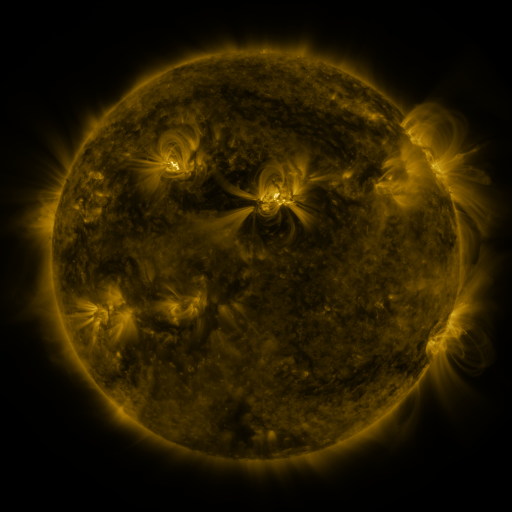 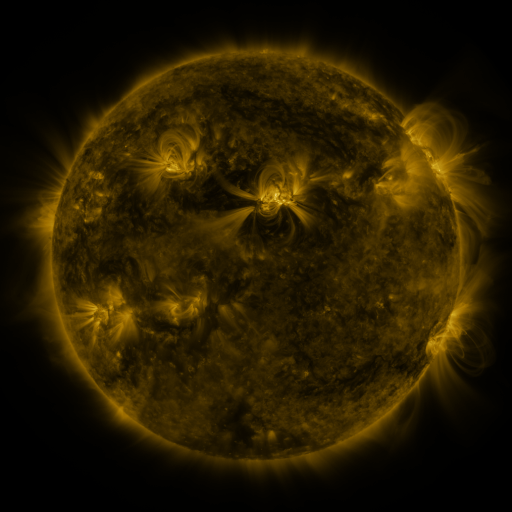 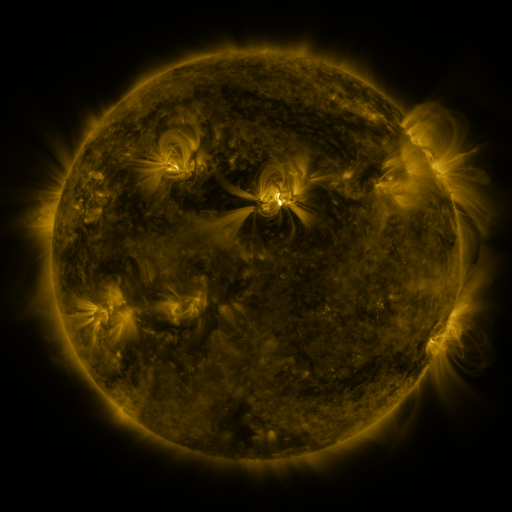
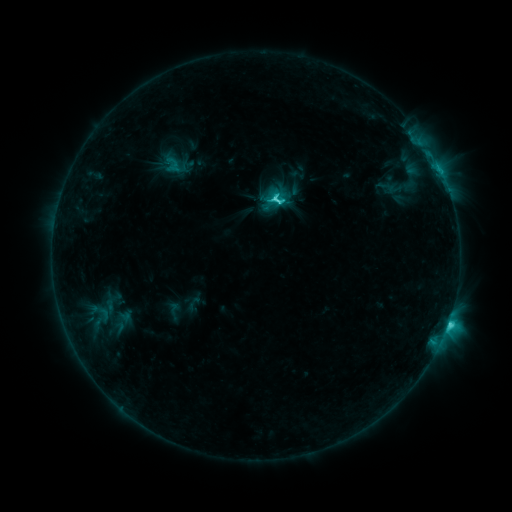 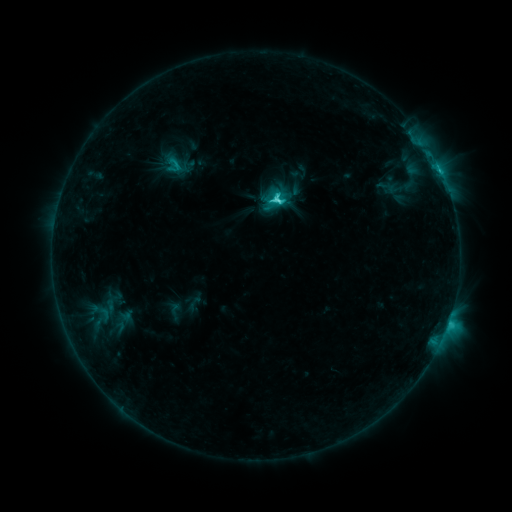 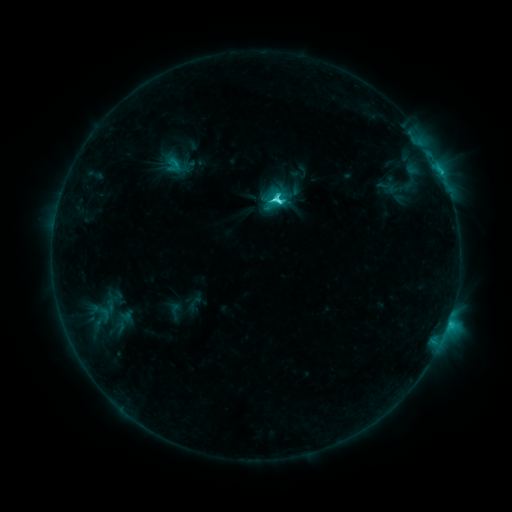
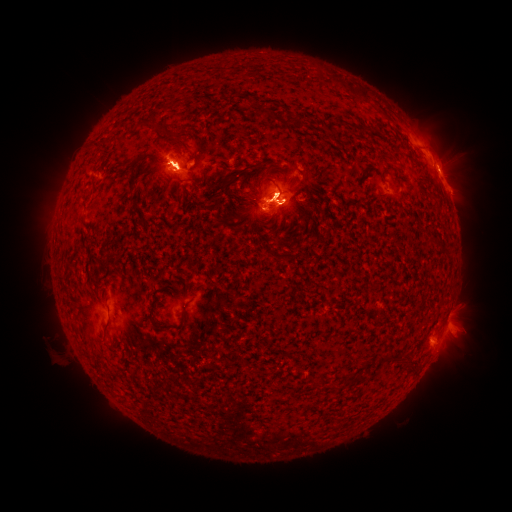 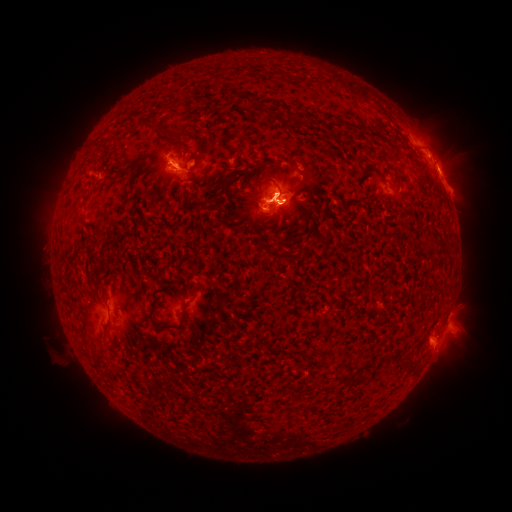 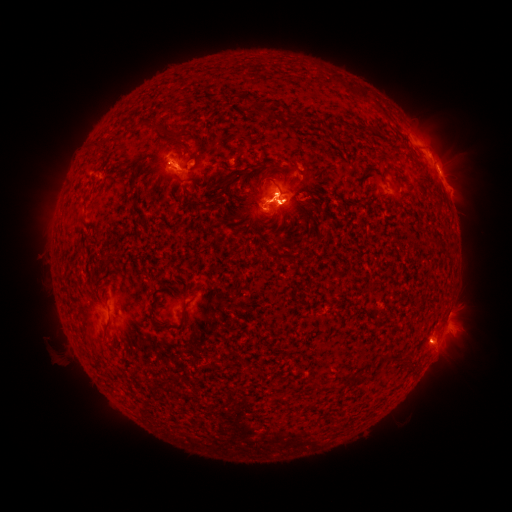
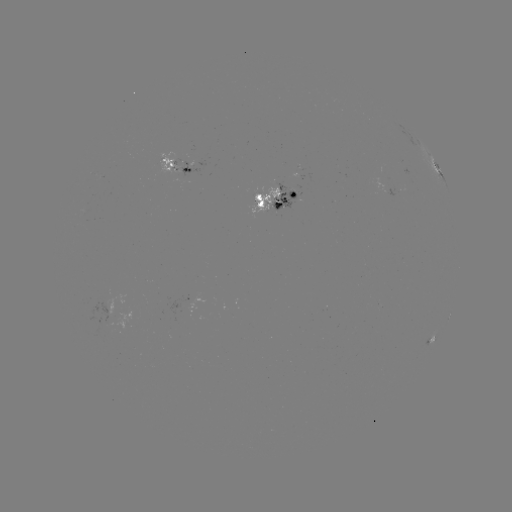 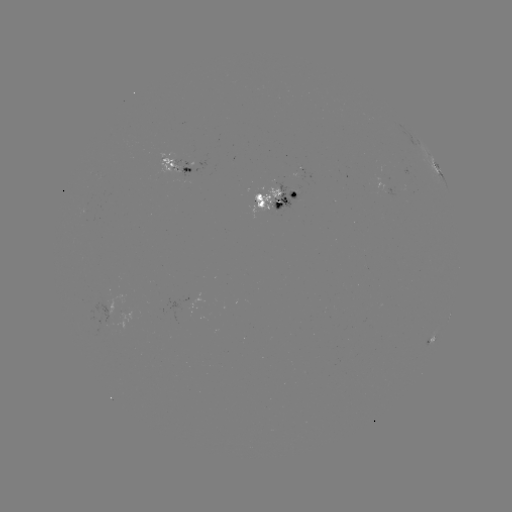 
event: eruption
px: (447, 356)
